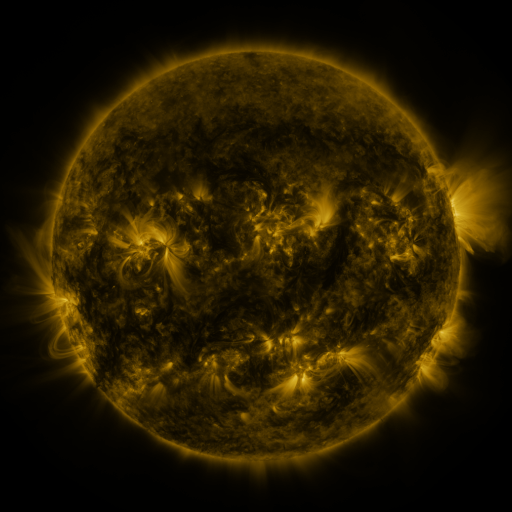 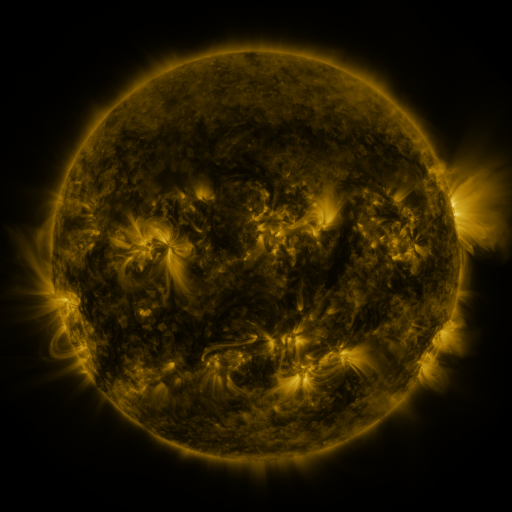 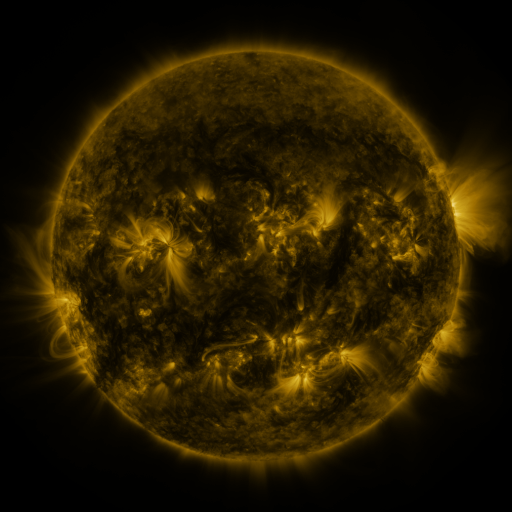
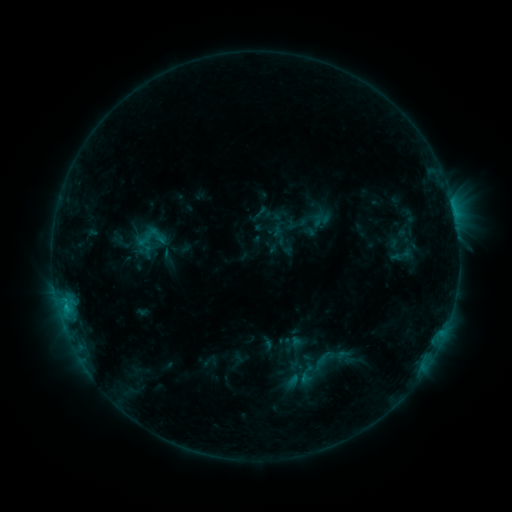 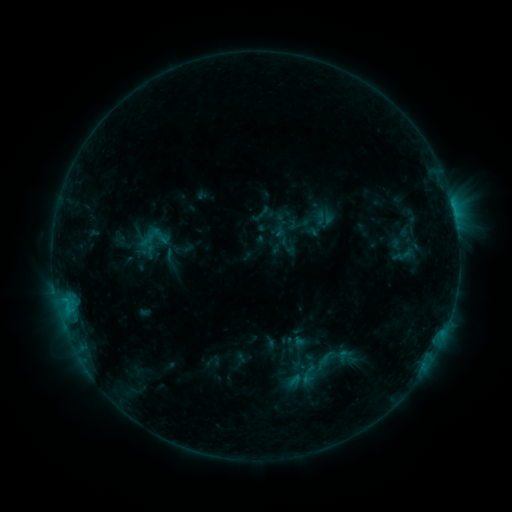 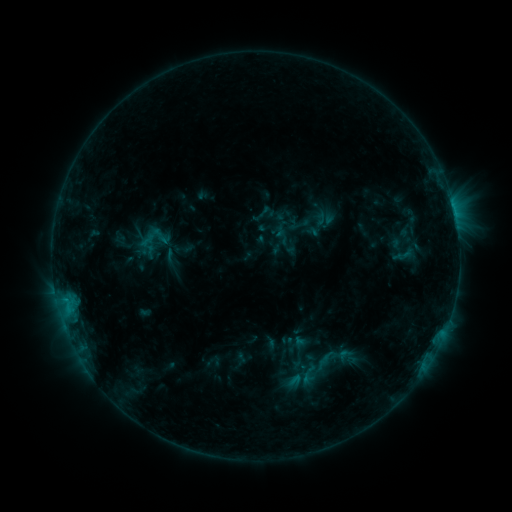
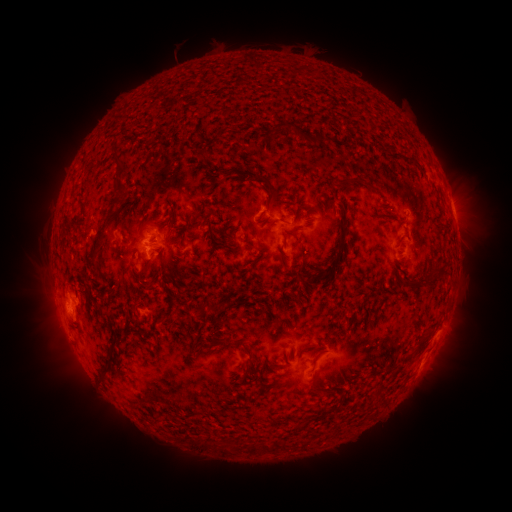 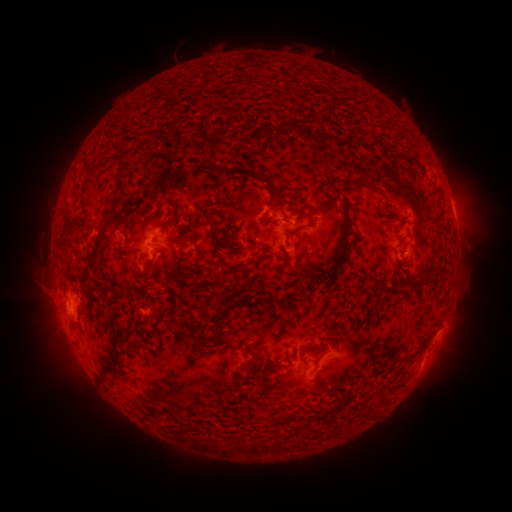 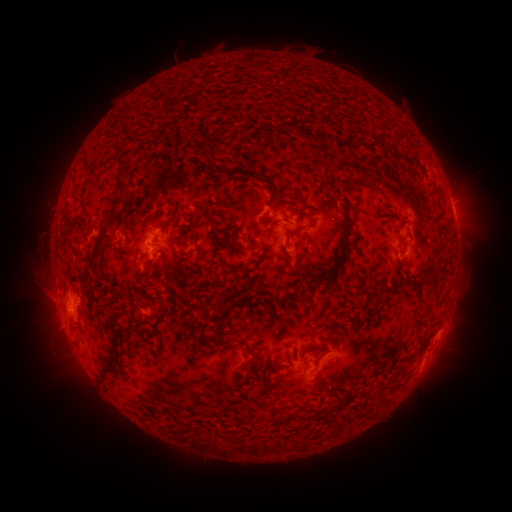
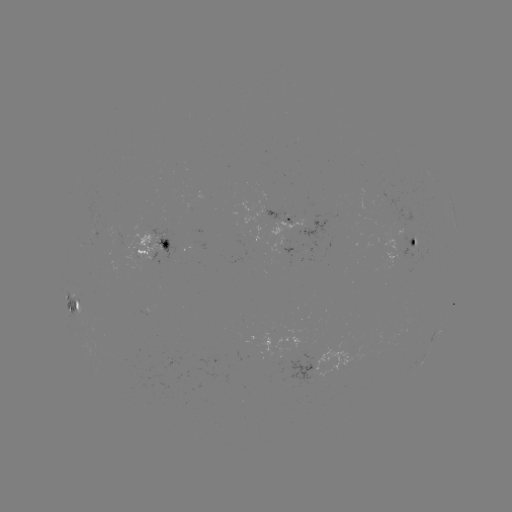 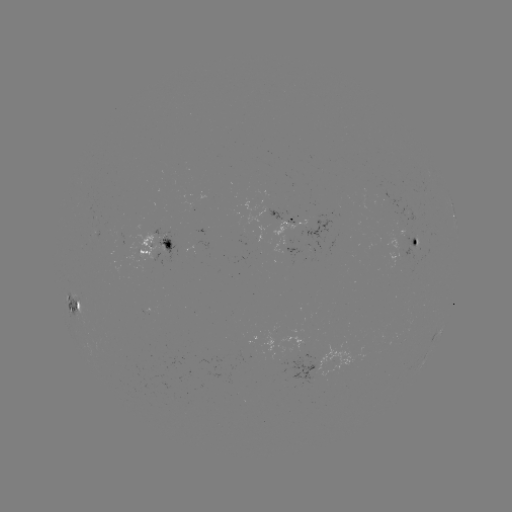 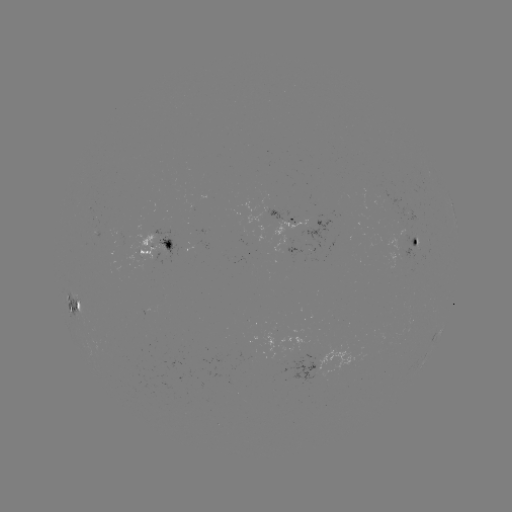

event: emerging-flux region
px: (416, 242)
